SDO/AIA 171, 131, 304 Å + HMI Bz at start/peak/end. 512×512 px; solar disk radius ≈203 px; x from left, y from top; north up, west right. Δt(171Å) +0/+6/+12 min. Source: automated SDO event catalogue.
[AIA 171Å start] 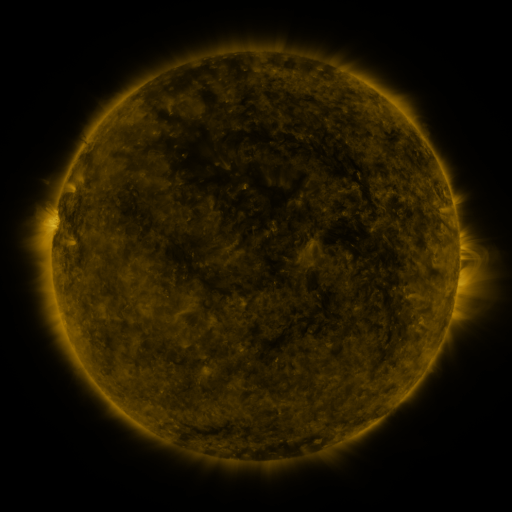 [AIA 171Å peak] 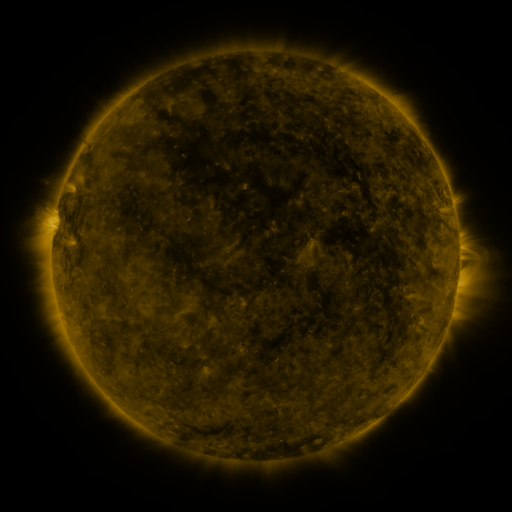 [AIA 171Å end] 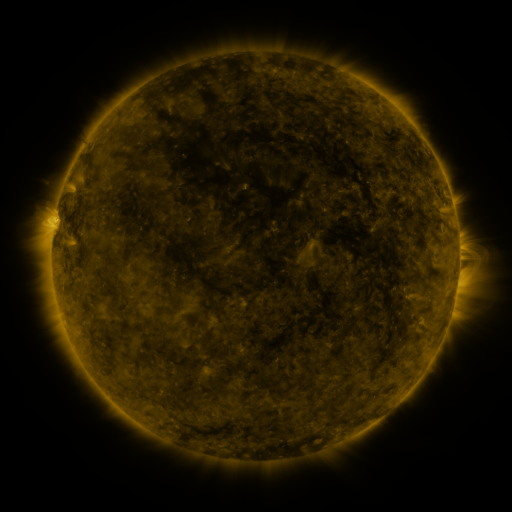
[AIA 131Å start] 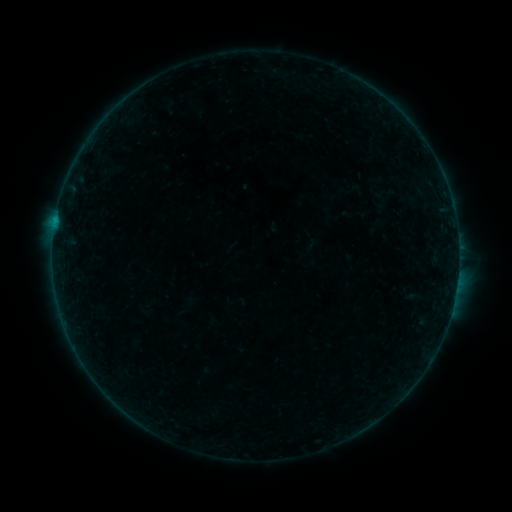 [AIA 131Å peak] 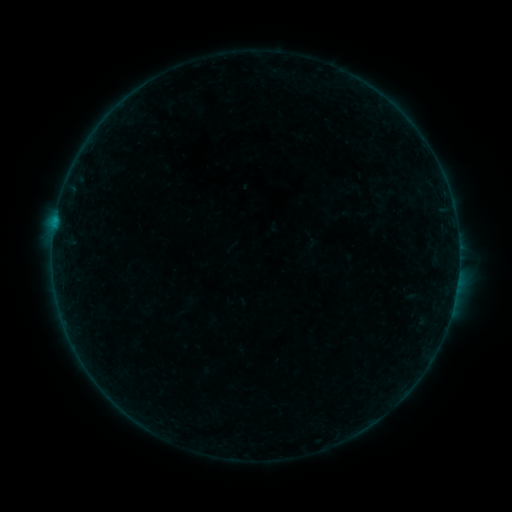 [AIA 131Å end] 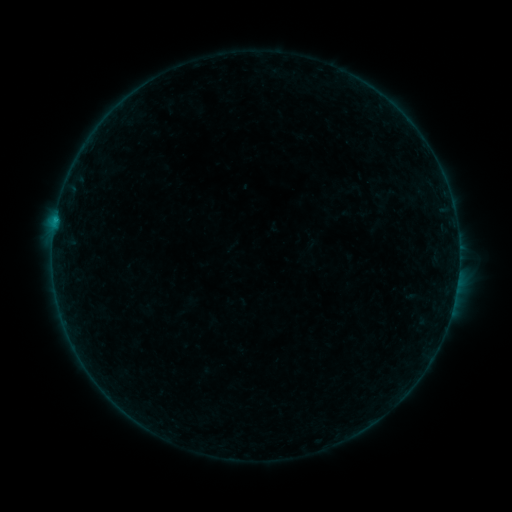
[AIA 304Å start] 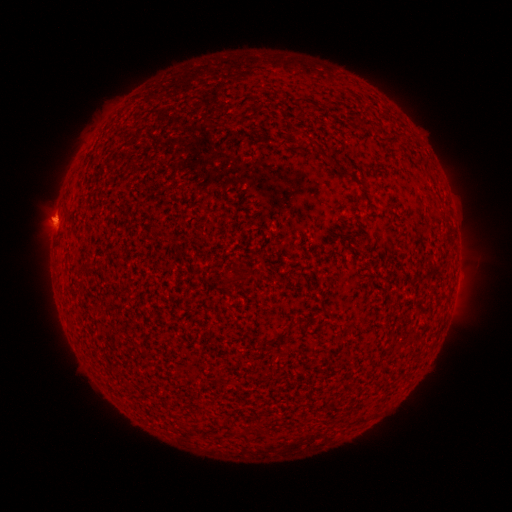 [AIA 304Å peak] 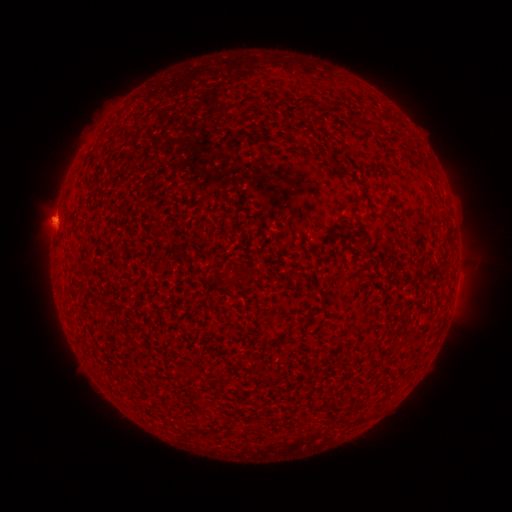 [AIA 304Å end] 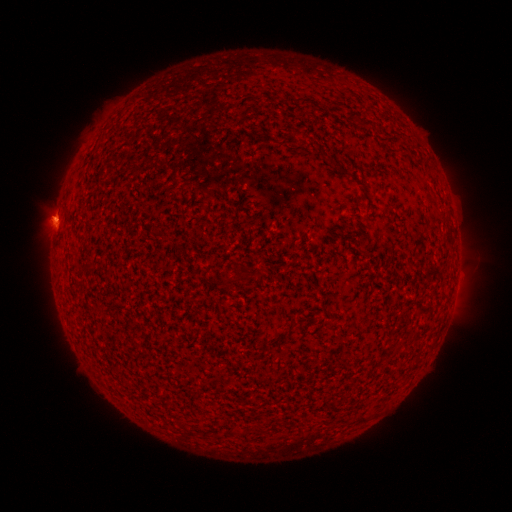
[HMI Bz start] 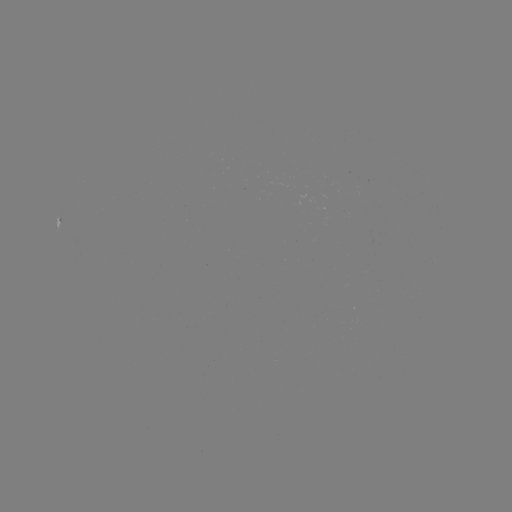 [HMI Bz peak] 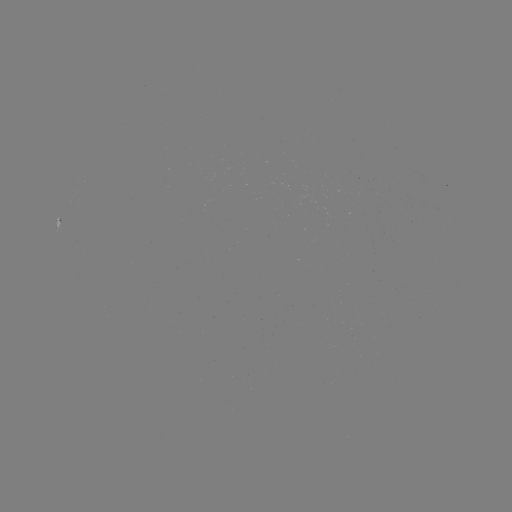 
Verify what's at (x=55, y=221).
B2.8 flare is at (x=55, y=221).